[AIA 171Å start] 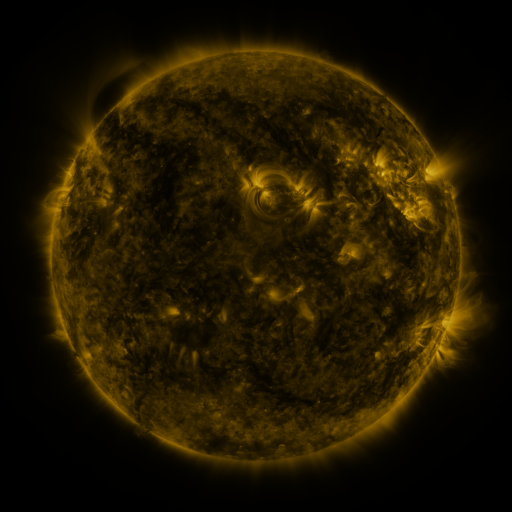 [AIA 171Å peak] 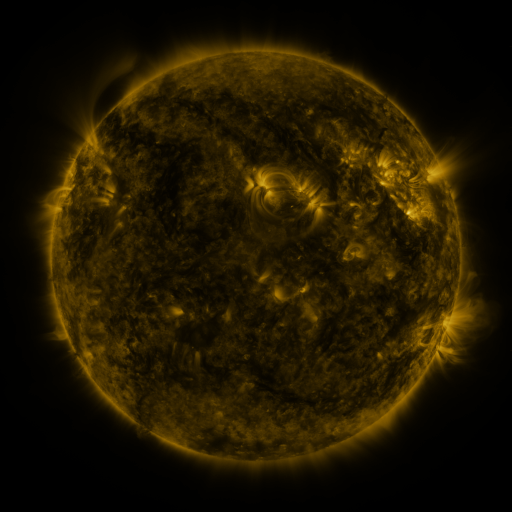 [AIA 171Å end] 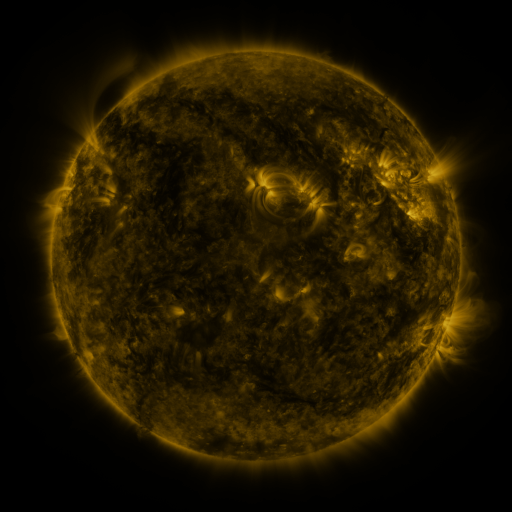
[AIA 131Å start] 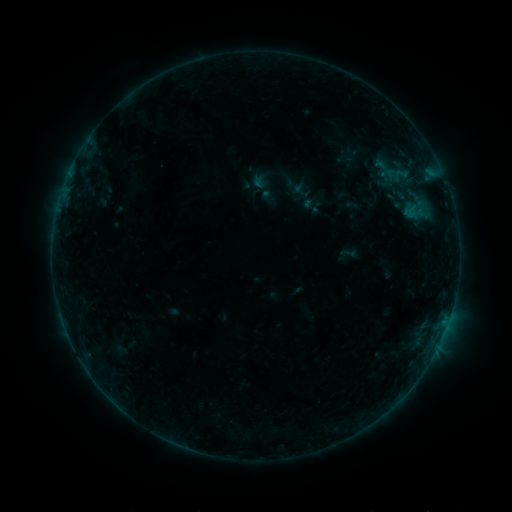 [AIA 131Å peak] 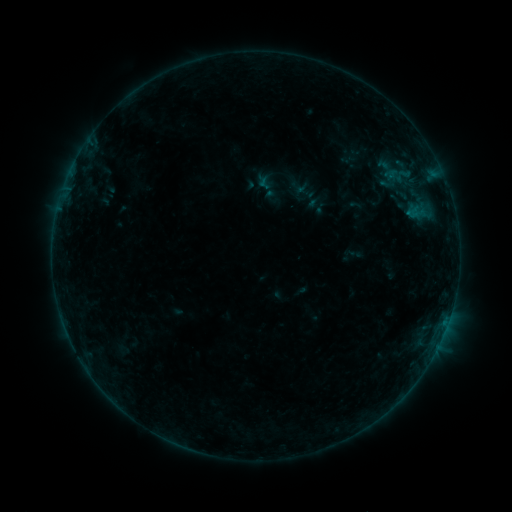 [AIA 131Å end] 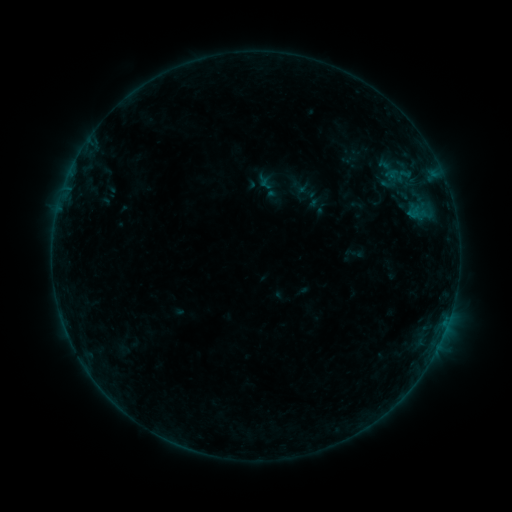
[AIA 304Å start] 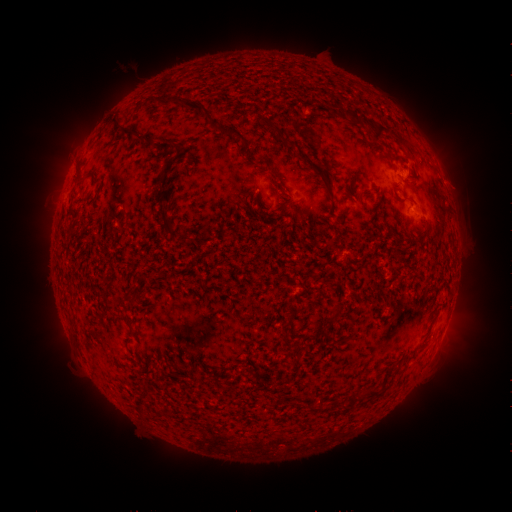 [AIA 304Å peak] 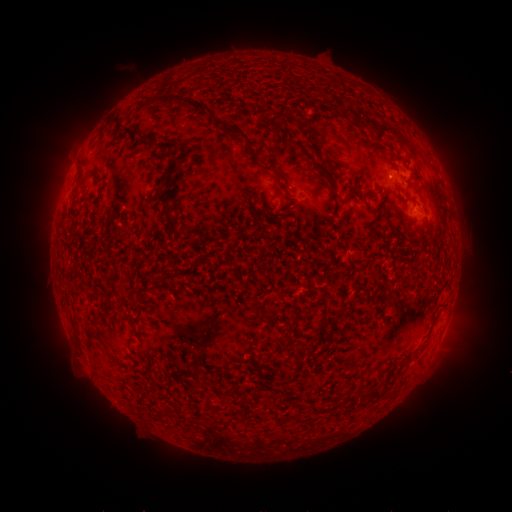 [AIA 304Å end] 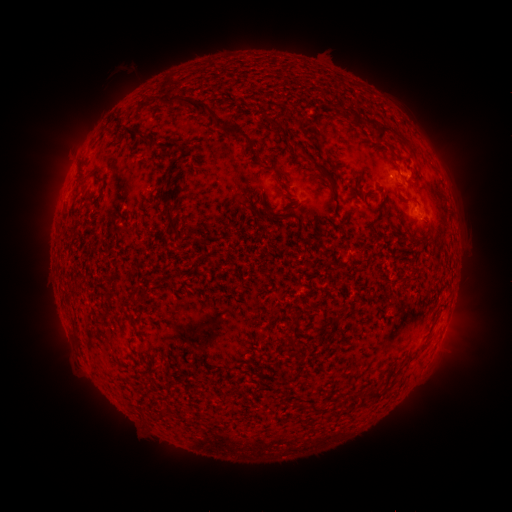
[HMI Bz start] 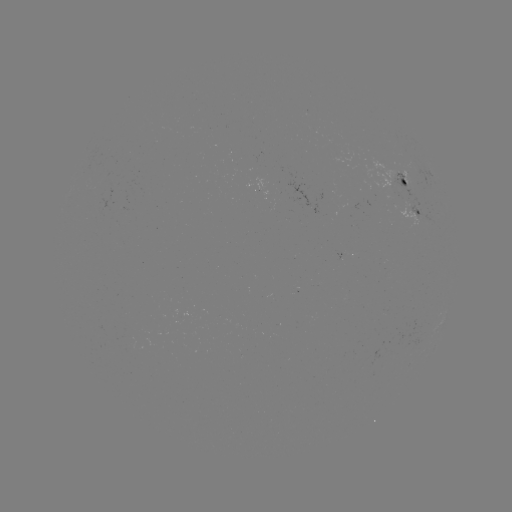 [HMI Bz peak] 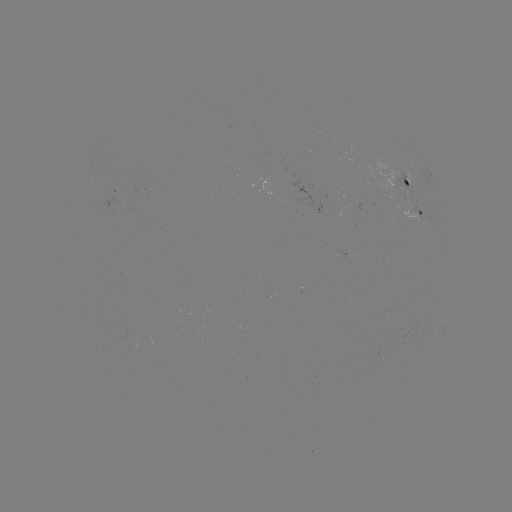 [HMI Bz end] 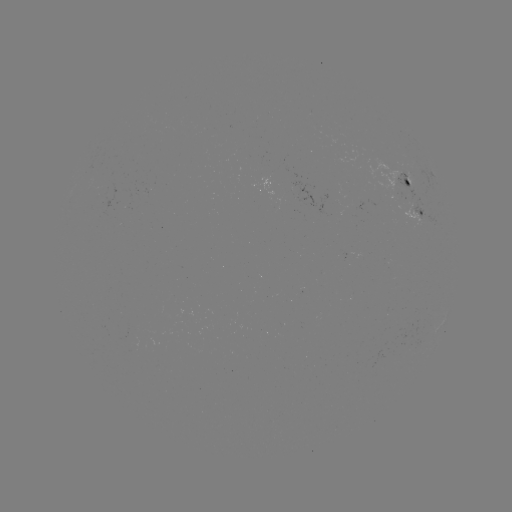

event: emerging-flux region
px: (414, 199)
